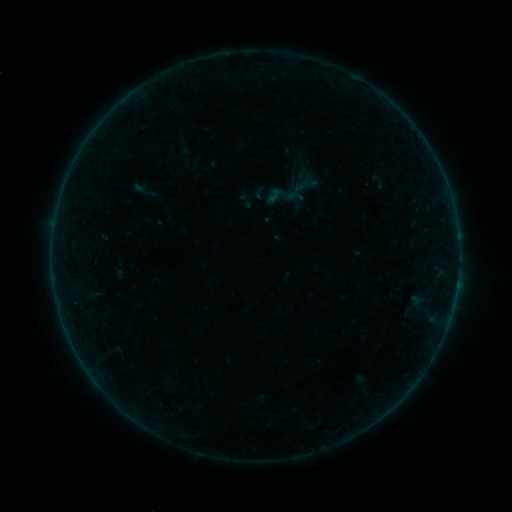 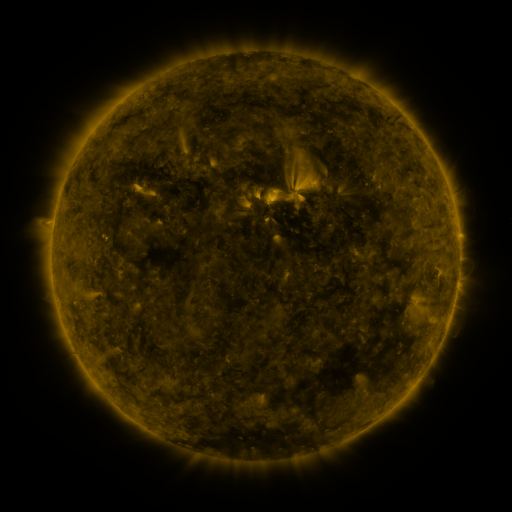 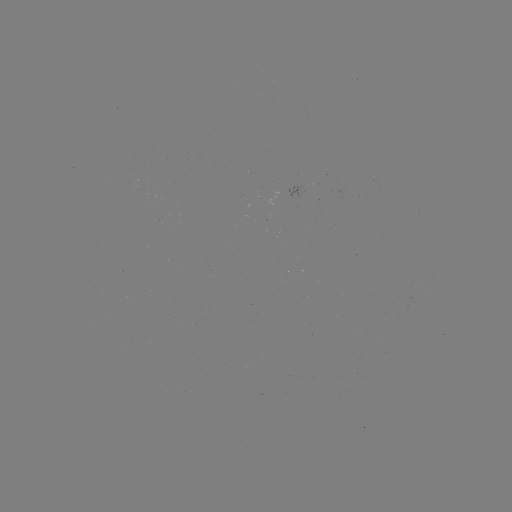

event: sigmoid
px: (274, 196)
